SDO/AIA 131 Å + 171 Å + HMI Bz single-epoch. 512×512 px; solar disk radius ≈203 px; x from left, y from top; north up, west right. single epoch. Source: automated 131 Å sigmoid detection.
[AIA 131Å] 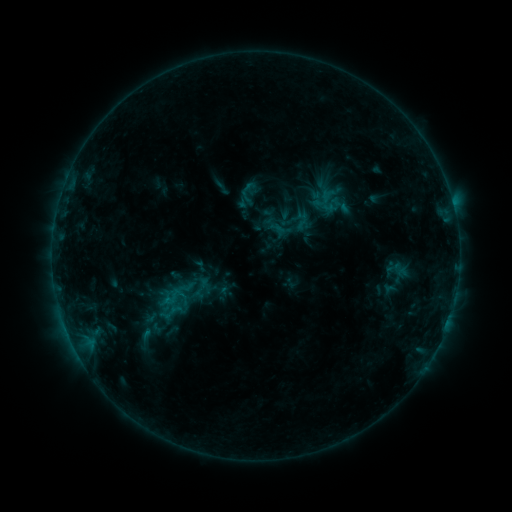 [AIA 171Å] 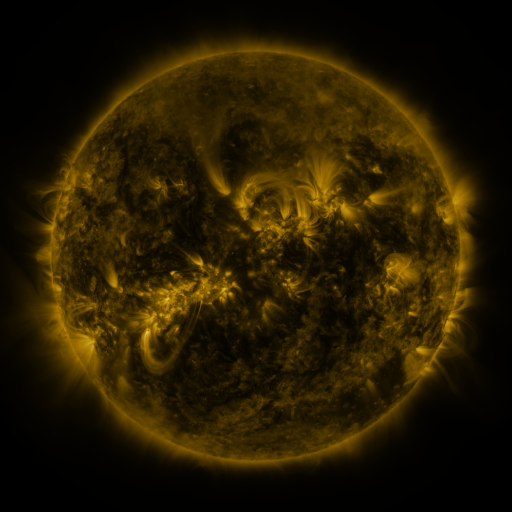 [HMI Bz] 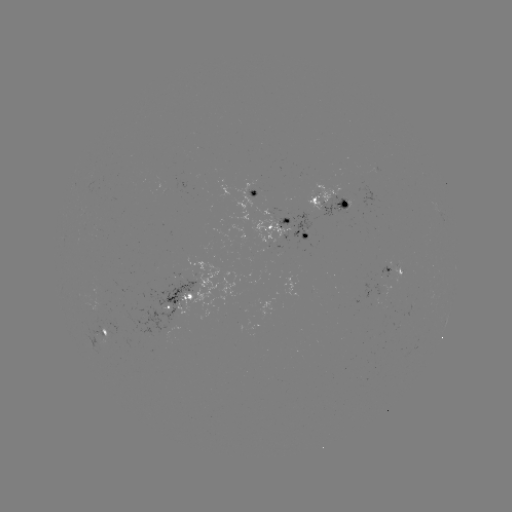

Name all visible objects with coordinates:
sigmoid: (275, 201, 314, 239)
sigmoid: (123, 319, 172, 351)
